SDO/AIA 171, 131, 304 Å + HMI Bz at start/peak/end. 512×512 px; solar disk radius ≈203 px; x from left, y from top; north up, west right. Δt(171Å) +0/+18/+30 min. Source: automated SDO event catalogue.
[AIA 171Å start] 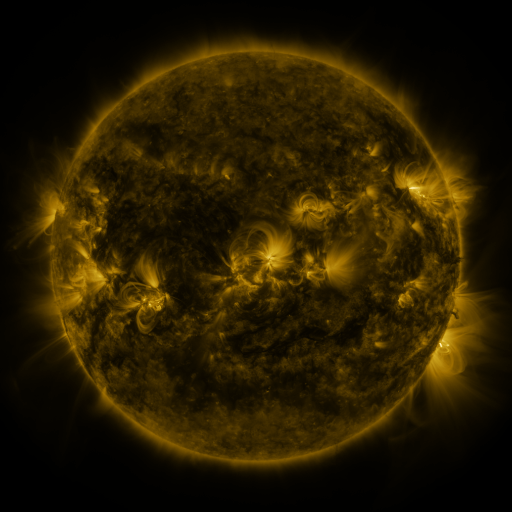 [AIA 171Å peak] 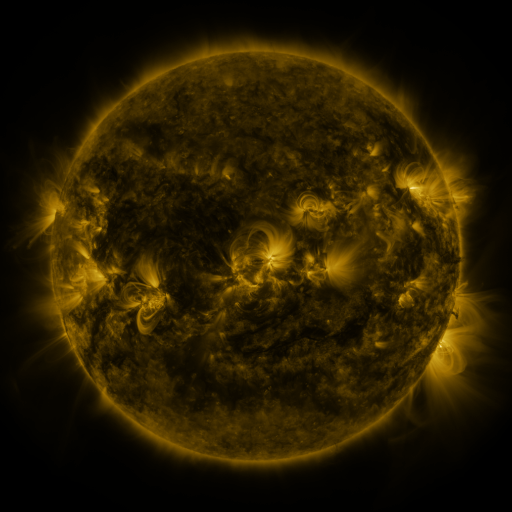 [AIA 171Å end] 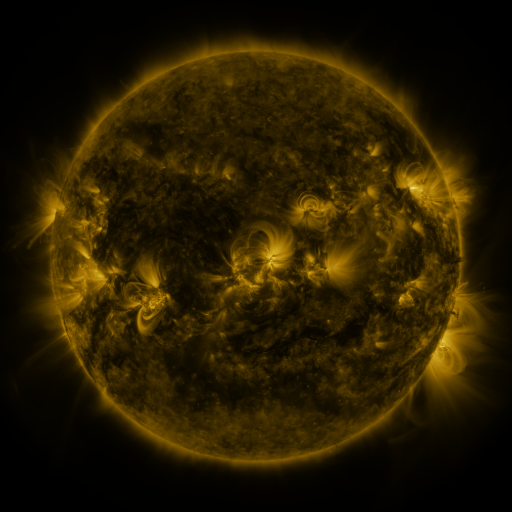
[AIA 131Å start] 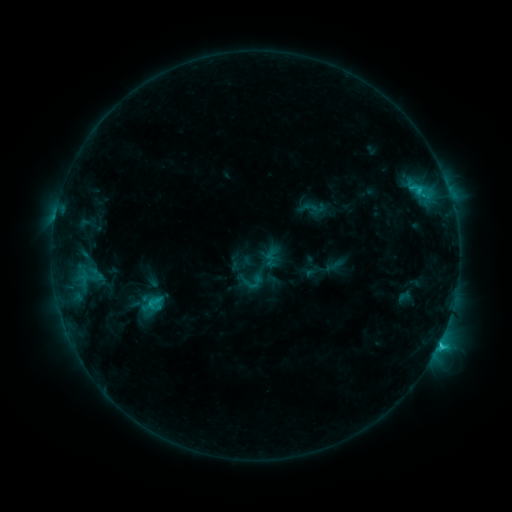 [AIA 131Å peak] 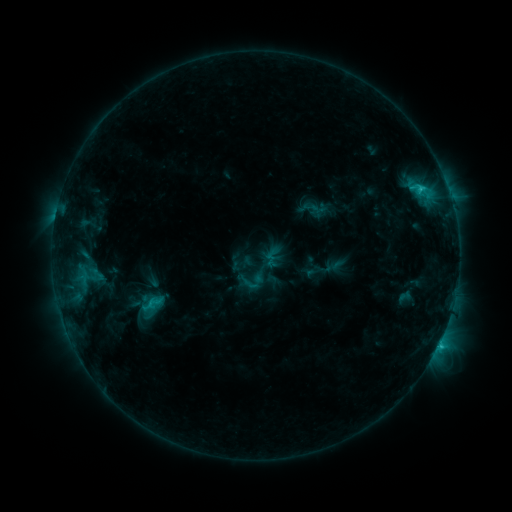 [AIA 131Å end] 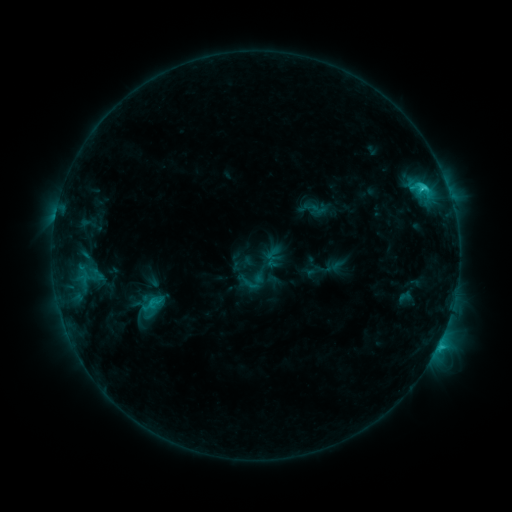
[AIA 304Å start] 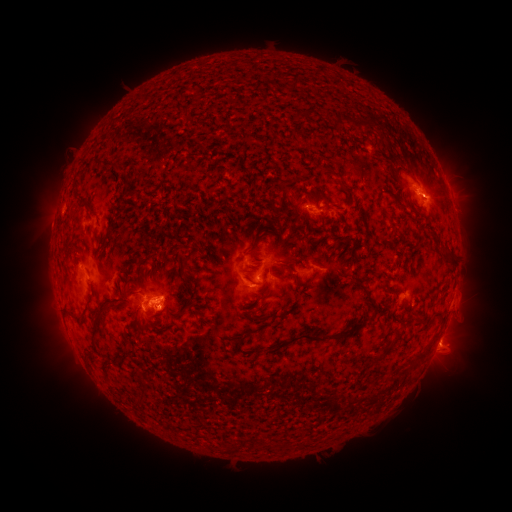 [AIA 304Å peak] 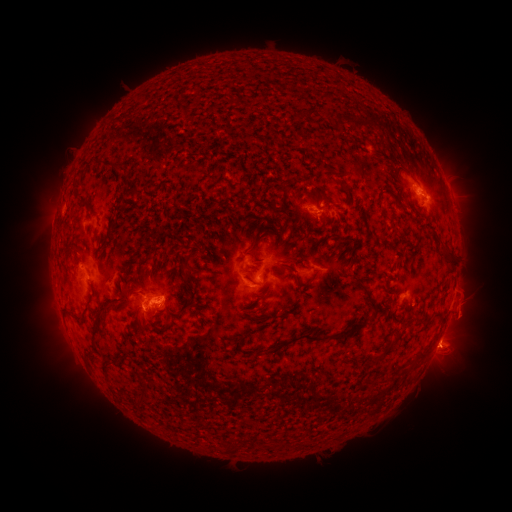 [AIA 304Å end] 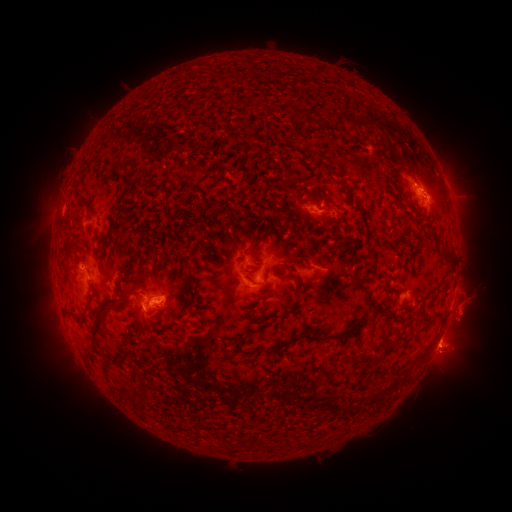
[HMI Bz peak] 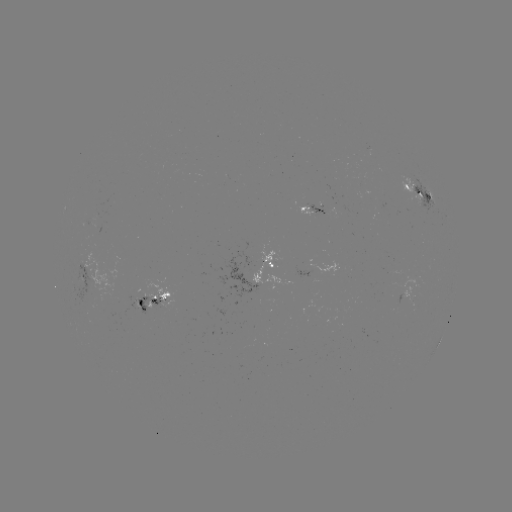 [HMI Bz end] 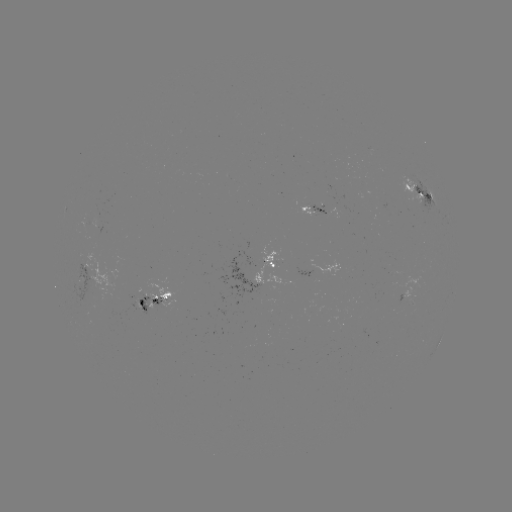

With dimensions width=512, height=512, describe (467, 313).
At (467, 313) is eruption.